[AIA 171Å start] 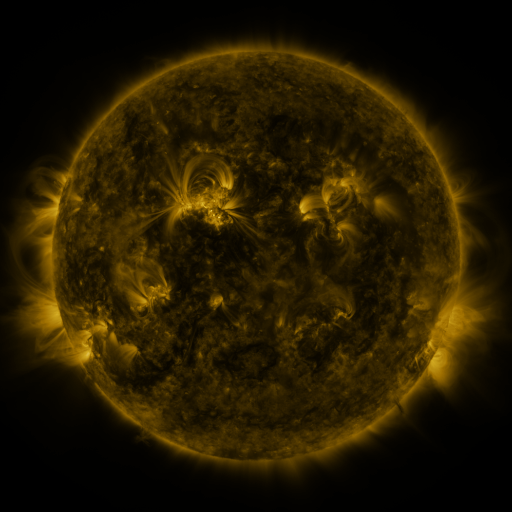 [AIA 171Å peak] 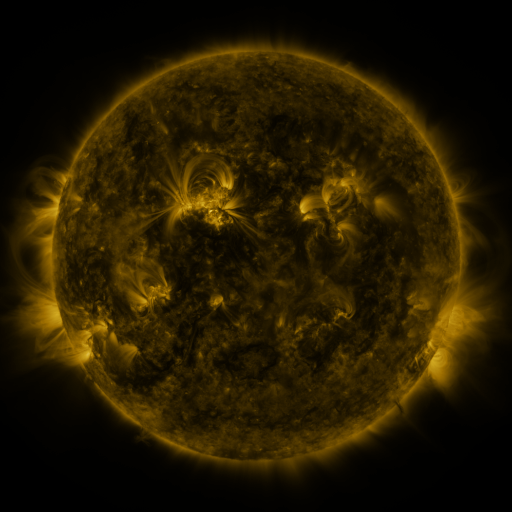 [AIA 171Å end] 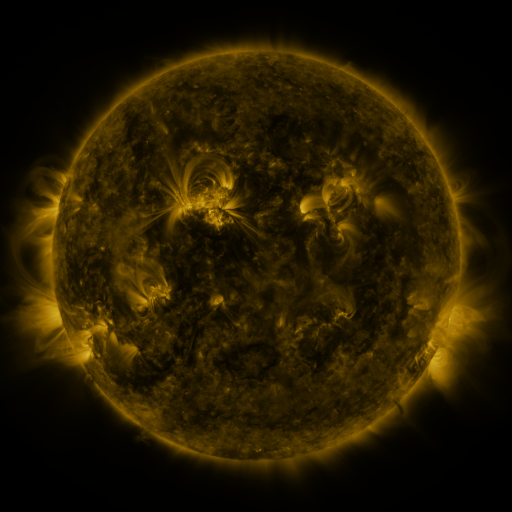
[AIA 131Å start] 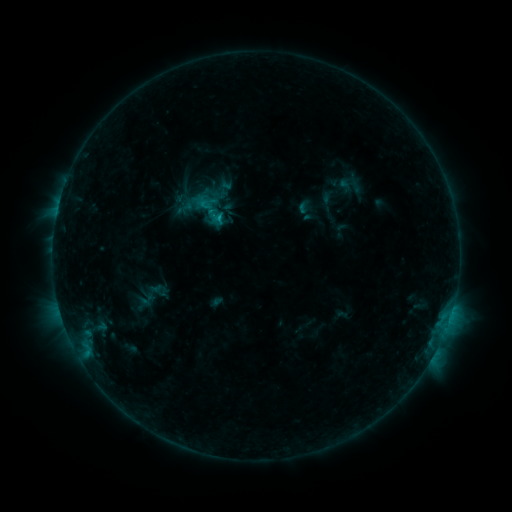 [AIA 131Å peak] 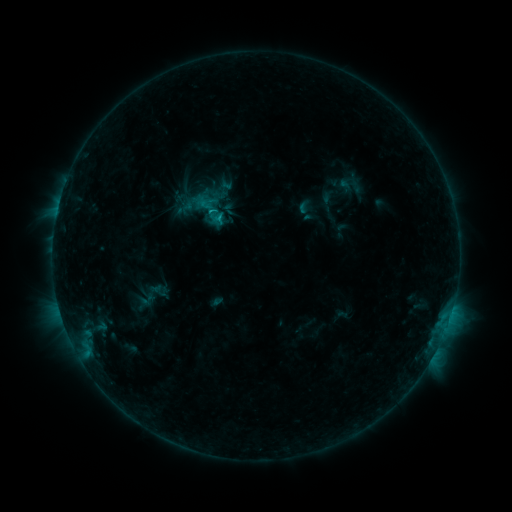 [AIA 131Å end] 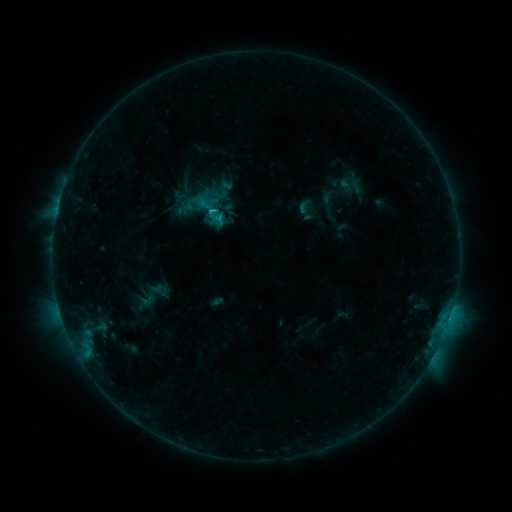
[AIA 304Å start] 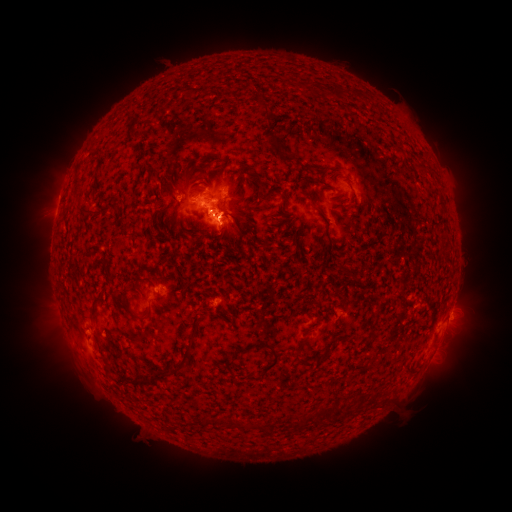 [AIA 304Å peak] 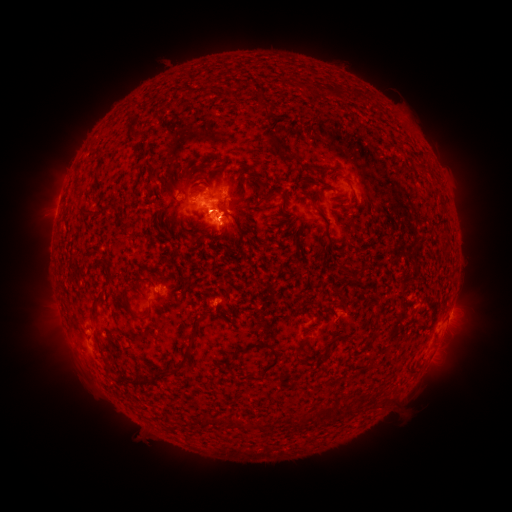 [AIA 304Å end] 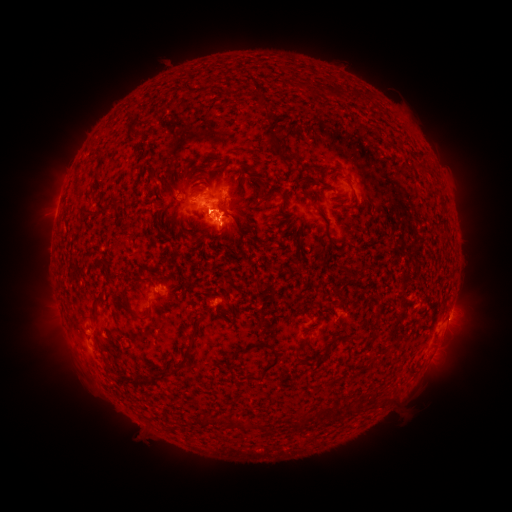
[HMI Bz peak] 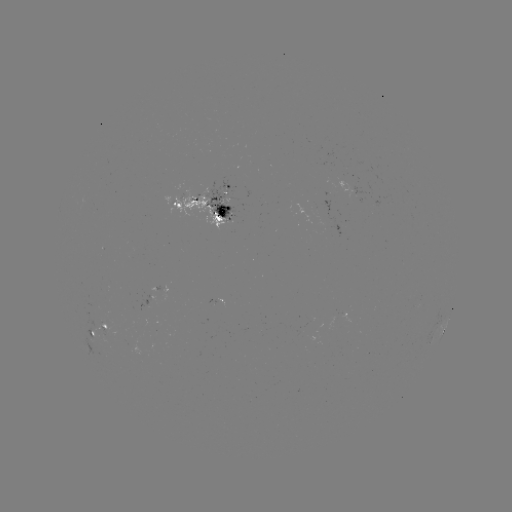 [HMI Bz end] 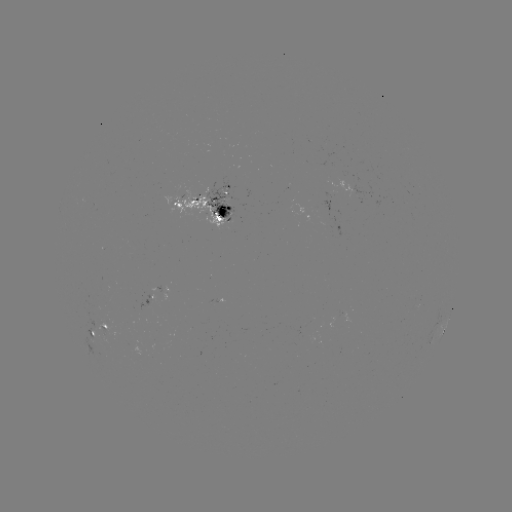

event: flare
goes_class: C1.1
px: (214, 213)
